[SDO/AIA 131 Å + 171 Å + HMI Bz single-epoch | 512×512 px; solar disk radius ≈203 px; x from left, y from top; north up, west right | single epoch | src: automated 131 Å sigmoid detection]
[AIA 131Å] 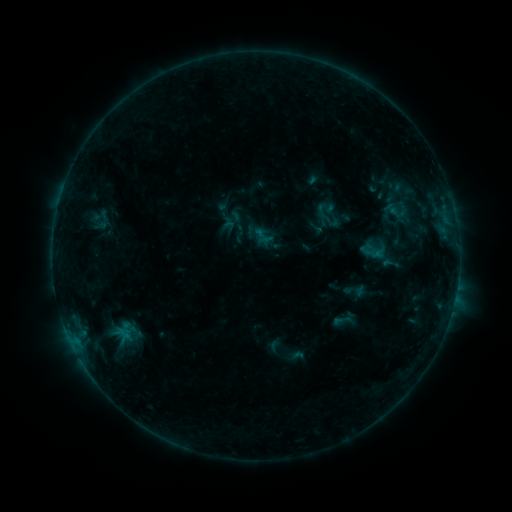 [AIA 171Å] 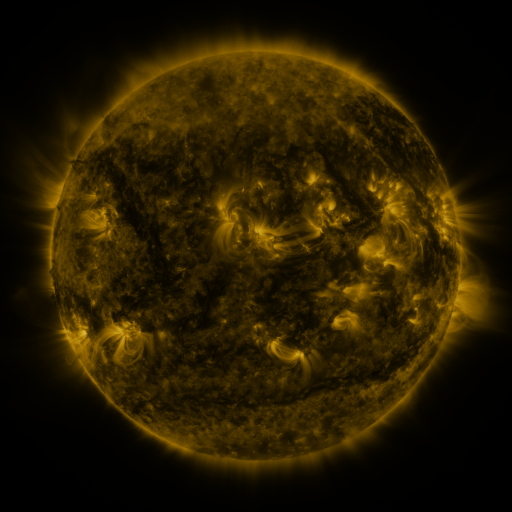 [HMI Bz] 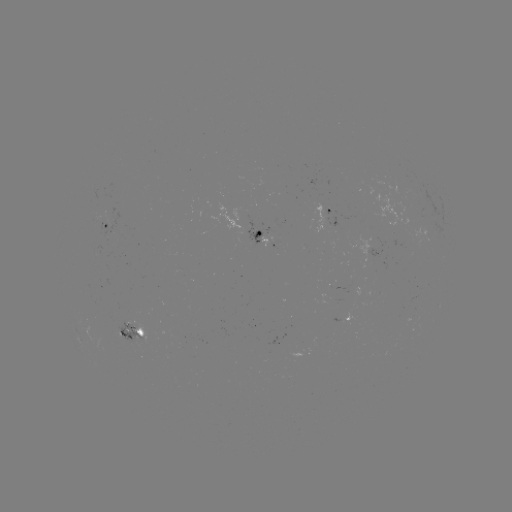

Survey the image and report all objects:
sigmoid: (318, 210, 342, 230)
sigmoid: (243, 218, 278, 252)
sigmoid: (380, 254, 400, 272)
